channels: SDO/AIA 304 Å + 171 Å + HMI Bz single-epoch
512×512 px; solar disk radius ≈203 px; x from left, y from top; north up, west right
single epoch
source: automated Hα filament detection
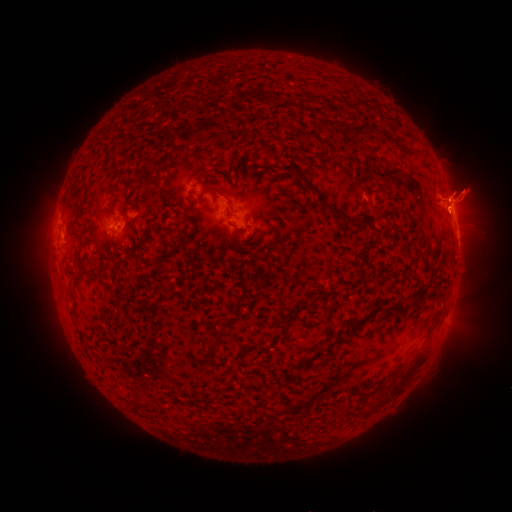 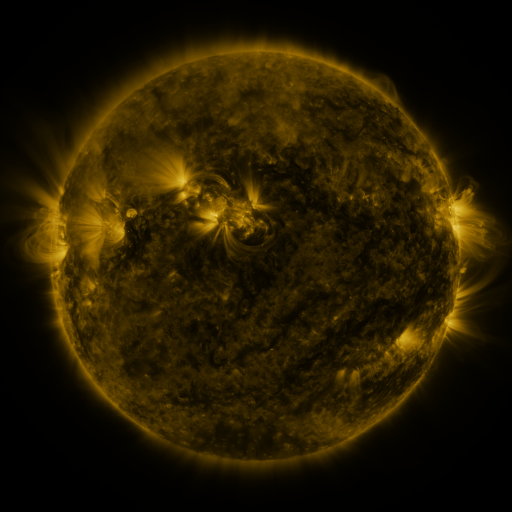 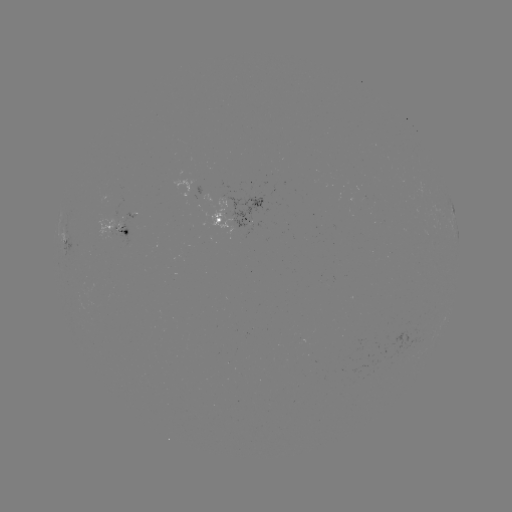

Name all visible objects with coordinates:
filament: (355, 127, 366, 140)
filament: (283, 165, 301, 175)
filament: (305, 184, 344, 217)
filament: (203, 185, 225, 199)
filament: (350, 307, 384, 328)
filament: (312, 352, 324, 359)
